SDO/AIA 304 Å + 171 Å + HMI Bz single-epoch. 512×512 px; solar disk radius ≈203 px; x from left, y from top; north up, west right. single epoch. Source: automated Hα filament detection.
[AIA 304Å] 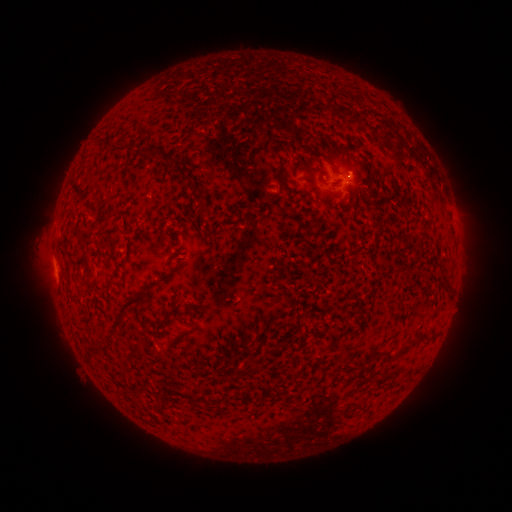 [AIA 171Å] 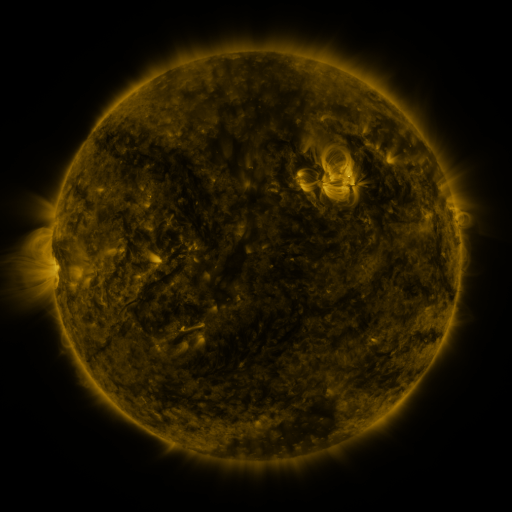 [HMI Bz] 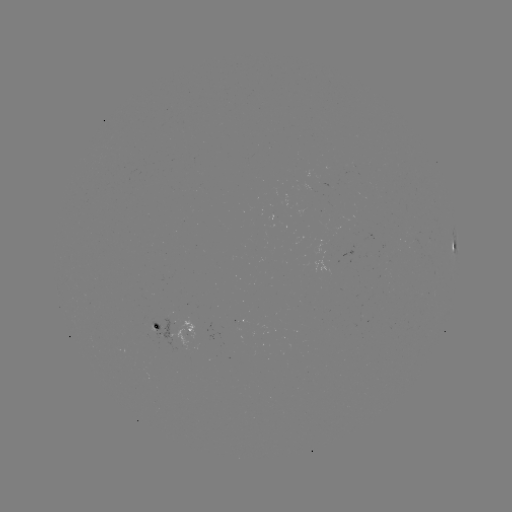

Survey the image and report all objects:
filament: [98, 135, 108, 143]
filament: [266, 142, 283, 166]
filament: [315, 151, 341, 174]
filament: [166, 154, 176, 163]
filament: [73, 181, 86, 200]
filament: [314, 194, 320, 205]
filament: [139, 279, 153, 292]
filament: [110, 292, 146, 329]
filament: [165, 302, 191, 317]
filament: [188, 320, 198, 333]
filament: [88, 342, 99, 351]
filament: [384, 343, 409, 361]
